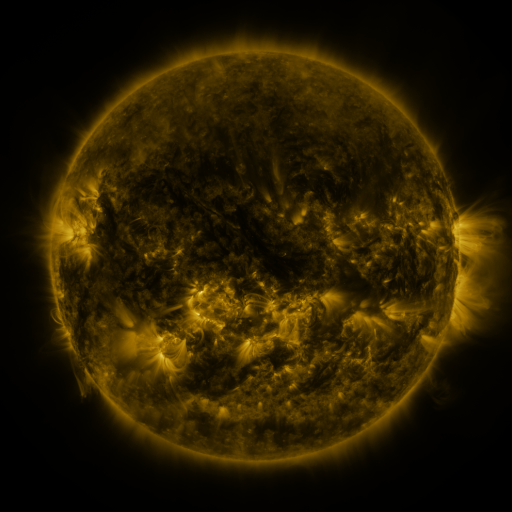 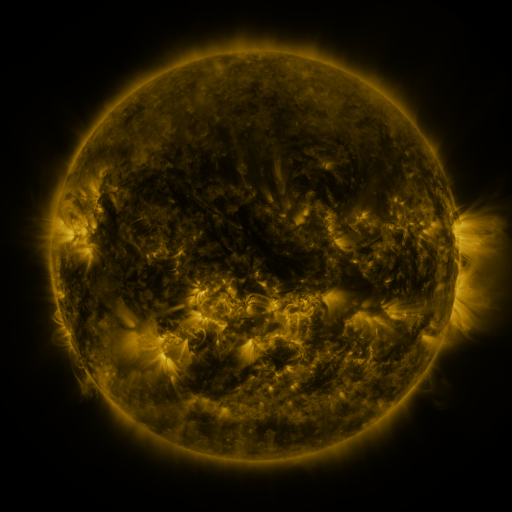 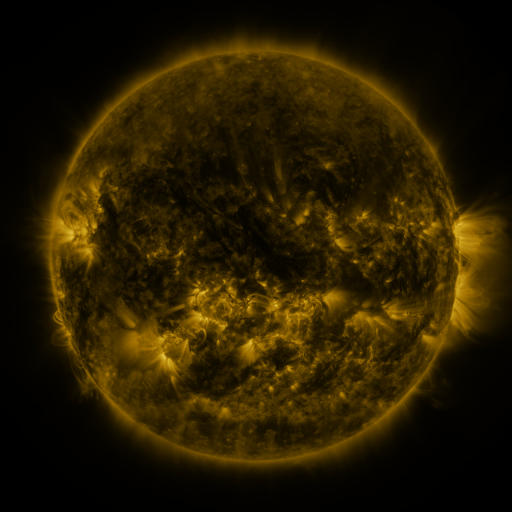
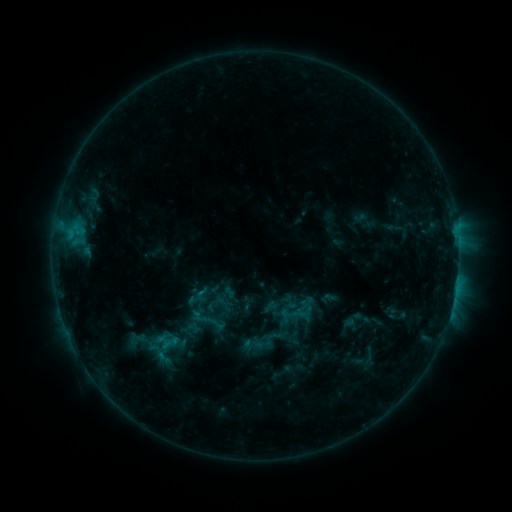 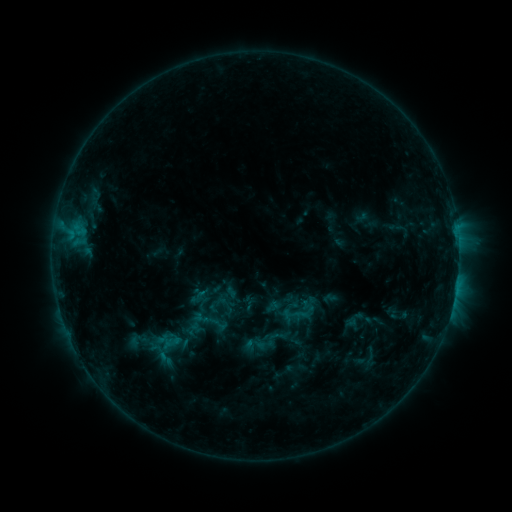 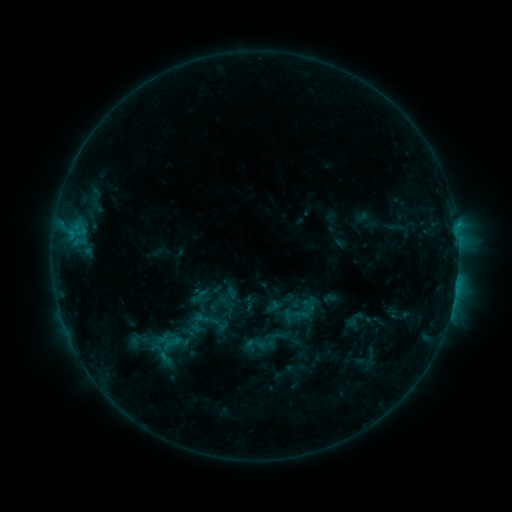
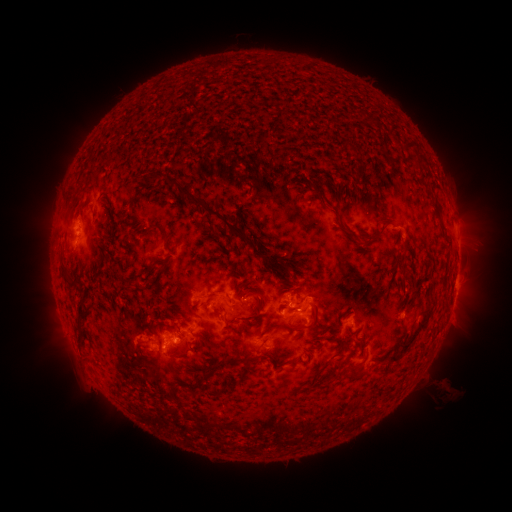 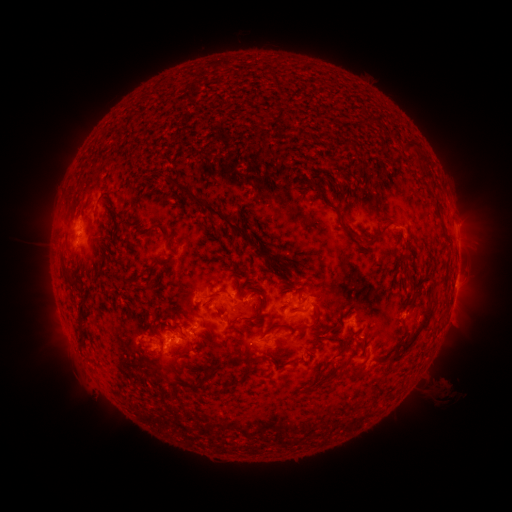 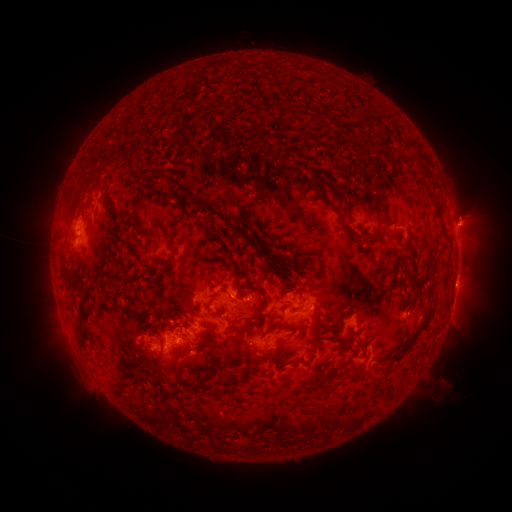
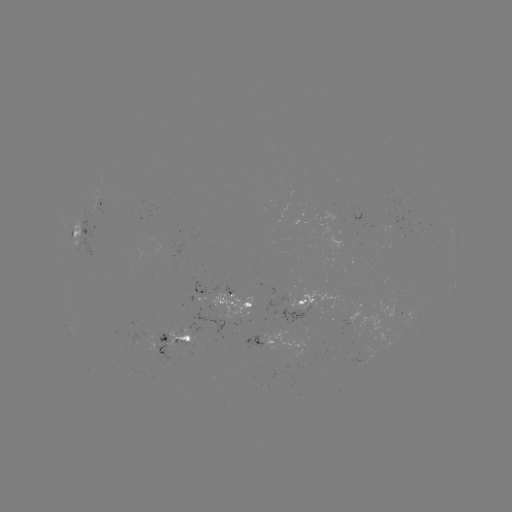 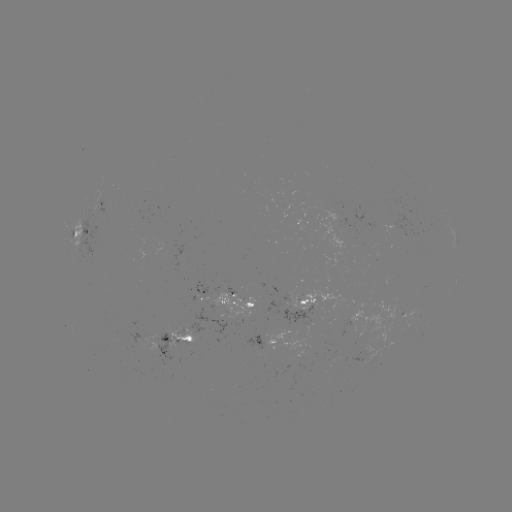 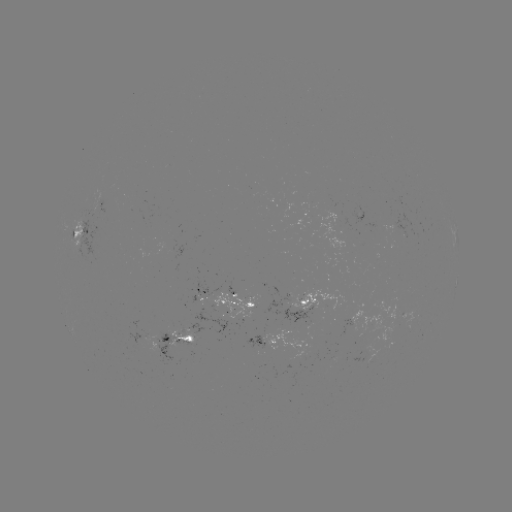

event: emerging-flux region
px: (182, 338)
